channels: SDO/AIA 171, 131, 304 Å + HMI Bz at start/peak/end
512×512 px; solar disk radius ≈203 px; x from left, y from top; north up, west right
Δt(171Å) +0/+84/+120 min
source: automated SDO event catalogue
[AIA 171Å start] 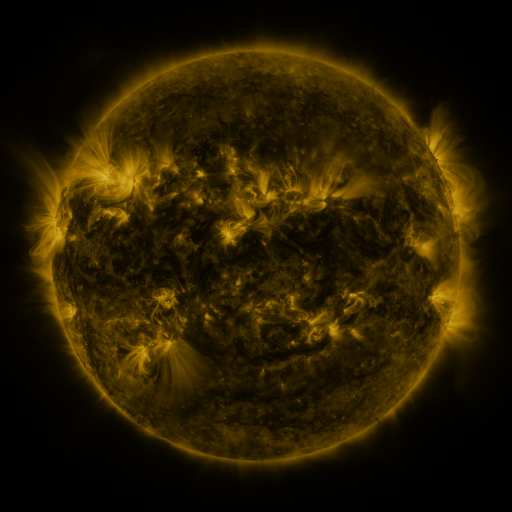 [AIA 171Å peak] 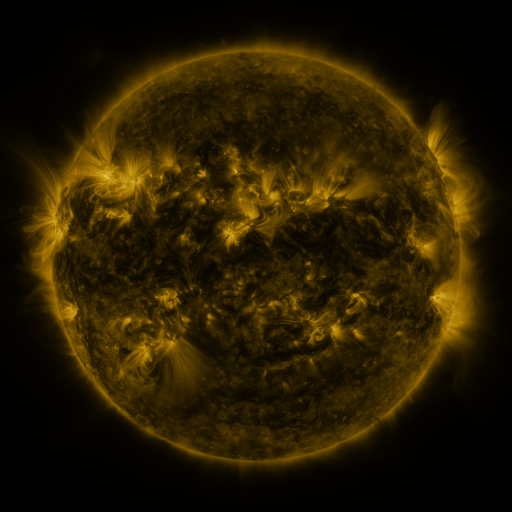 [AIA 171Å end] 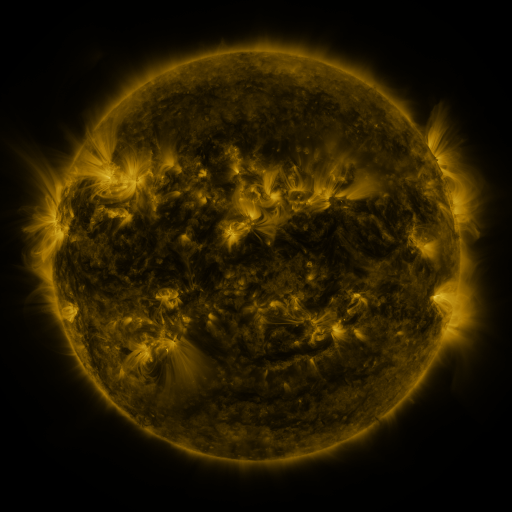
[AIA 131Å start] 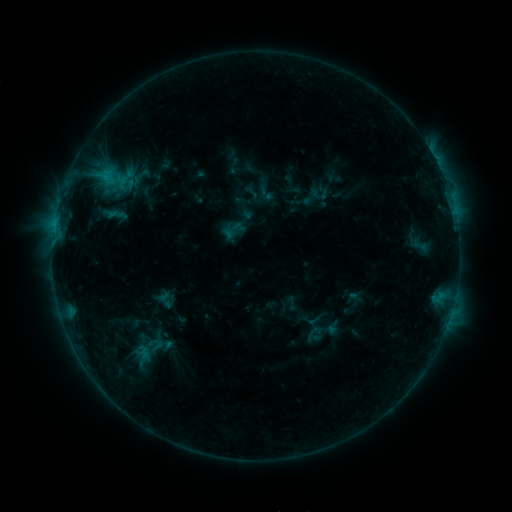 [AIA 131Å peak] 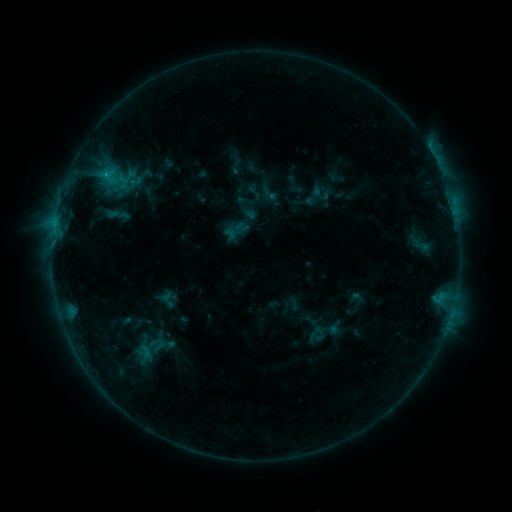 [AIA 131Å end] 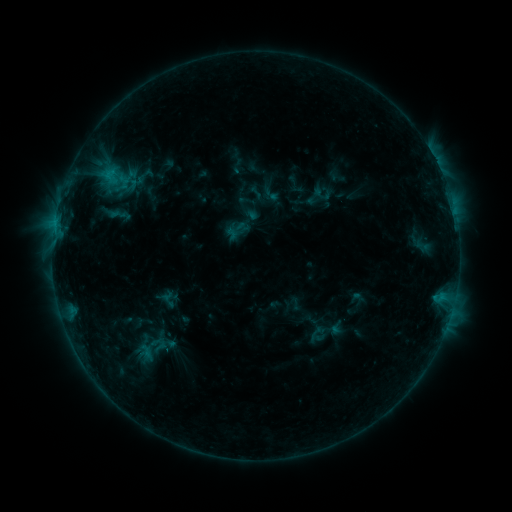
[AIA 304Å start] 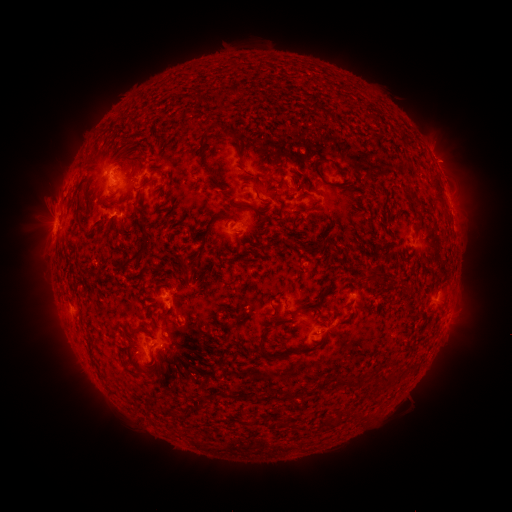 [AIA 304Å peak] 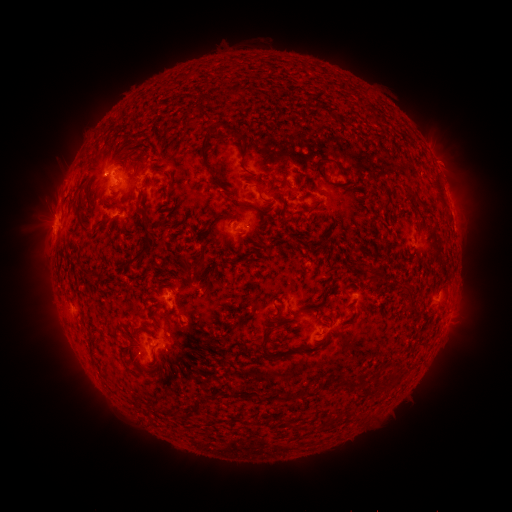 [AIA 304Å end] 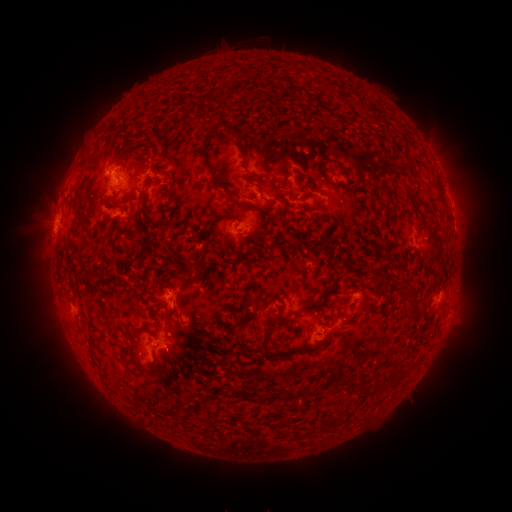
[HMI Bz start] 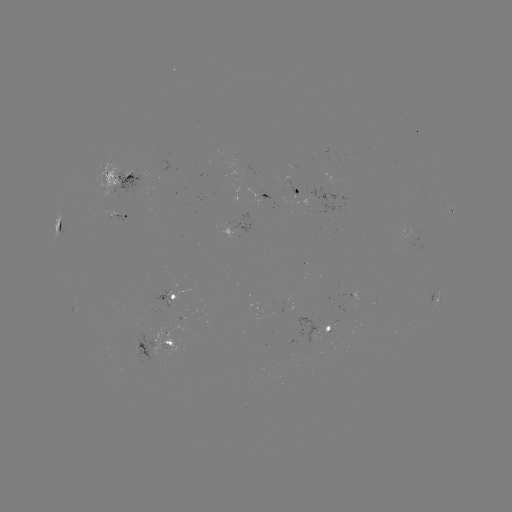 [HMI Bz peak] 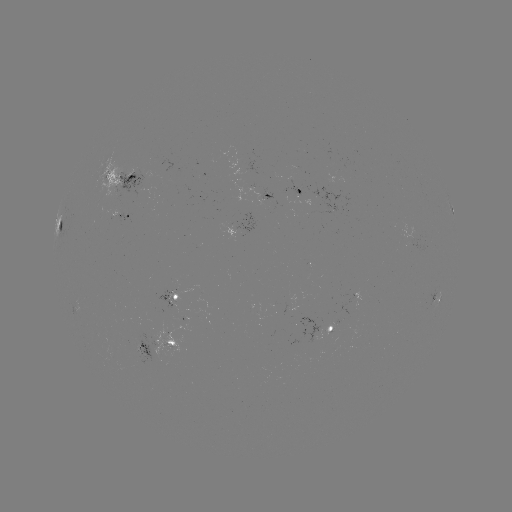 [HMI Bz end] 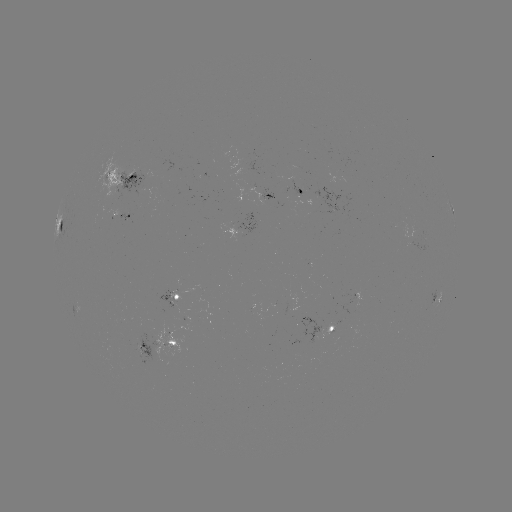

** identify emerging-flux region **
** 341,168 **